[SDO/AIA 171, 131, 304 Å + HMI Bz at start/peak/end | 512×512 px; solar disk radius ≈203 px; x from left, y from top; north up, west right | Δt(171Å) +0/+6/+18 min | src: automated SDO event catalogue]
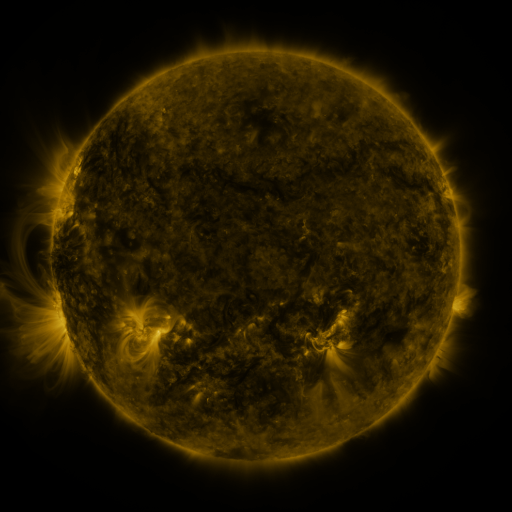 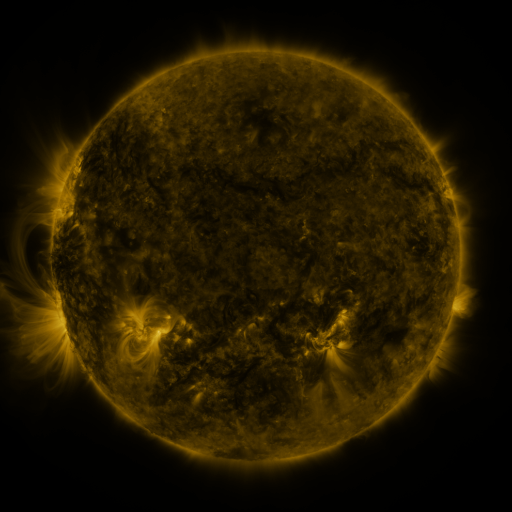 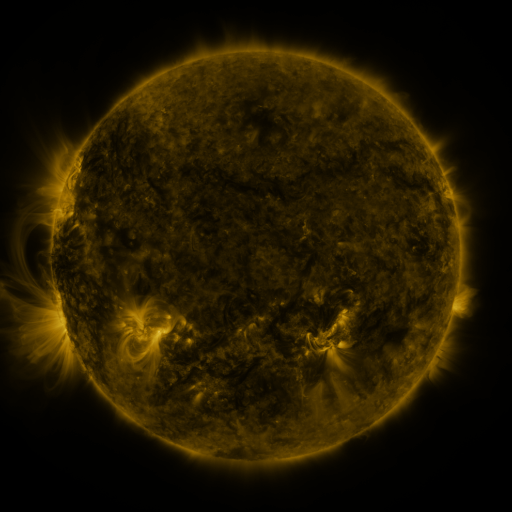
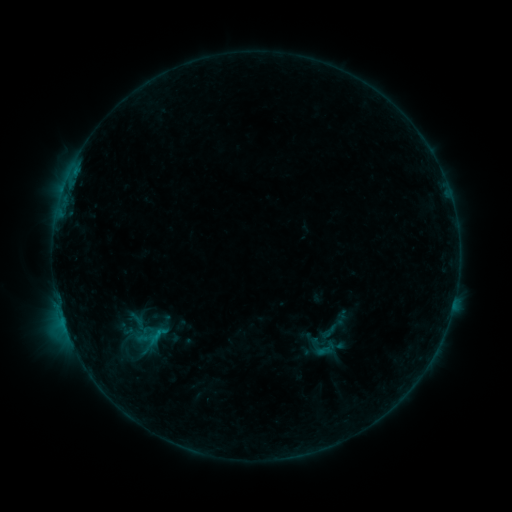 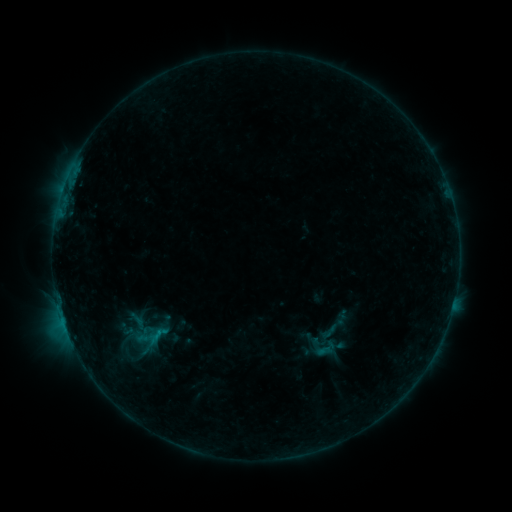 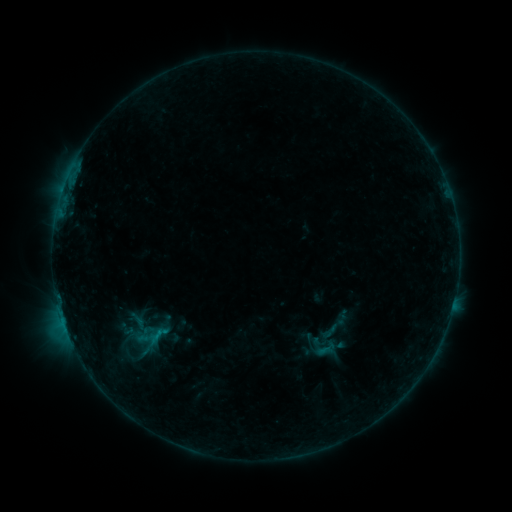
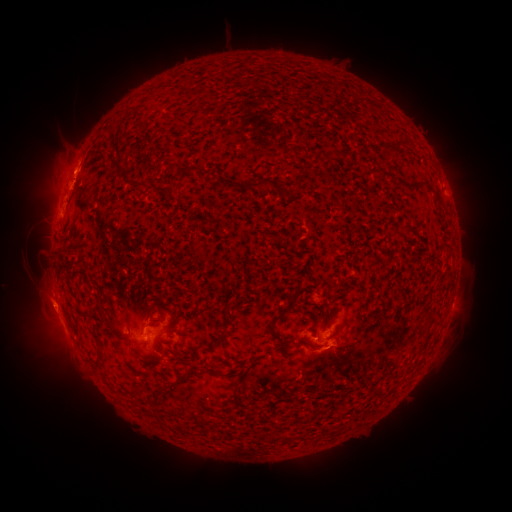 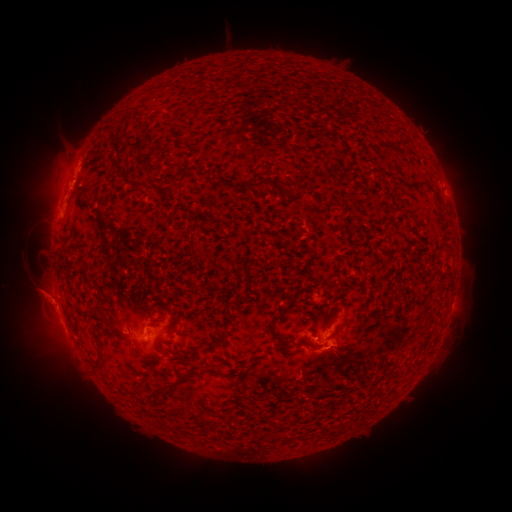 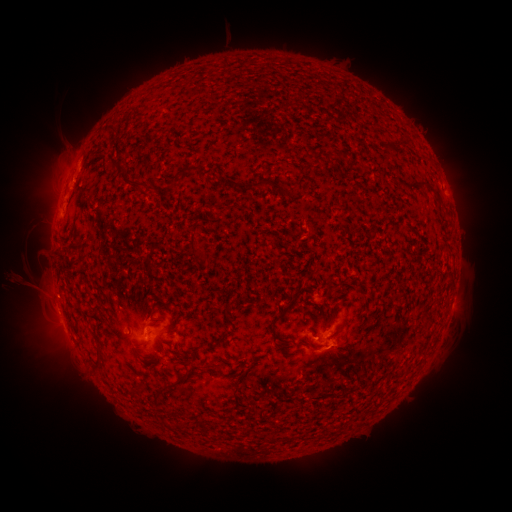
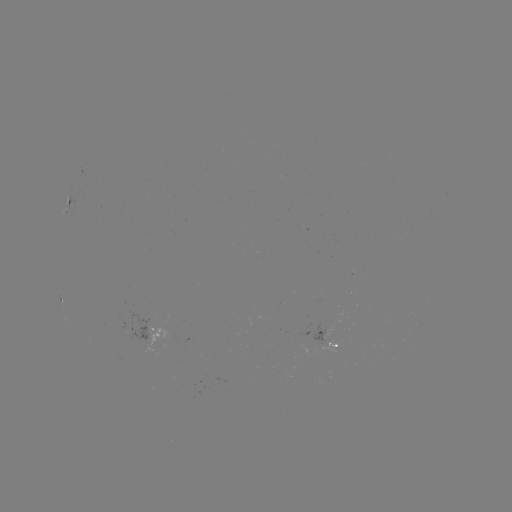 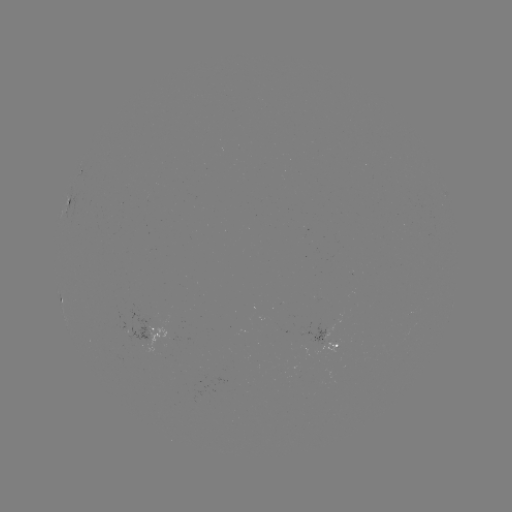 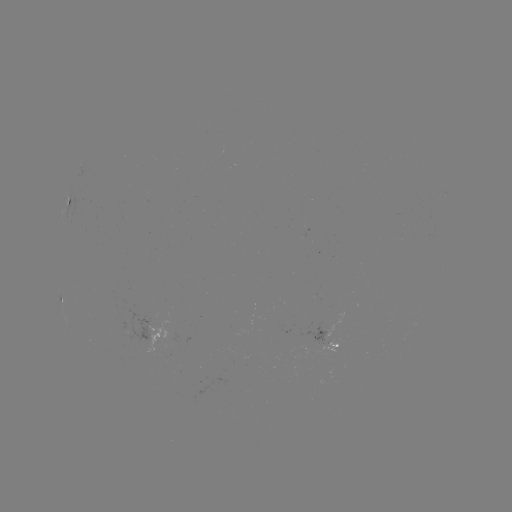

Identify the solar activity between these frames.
eruption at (41, 296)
